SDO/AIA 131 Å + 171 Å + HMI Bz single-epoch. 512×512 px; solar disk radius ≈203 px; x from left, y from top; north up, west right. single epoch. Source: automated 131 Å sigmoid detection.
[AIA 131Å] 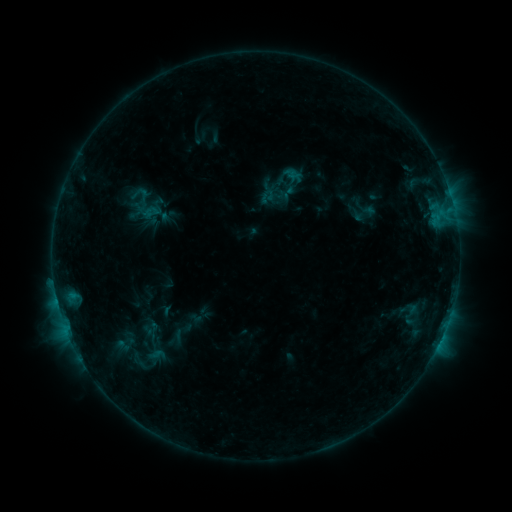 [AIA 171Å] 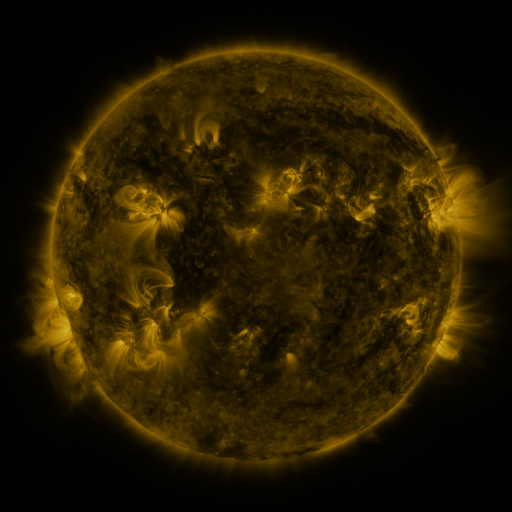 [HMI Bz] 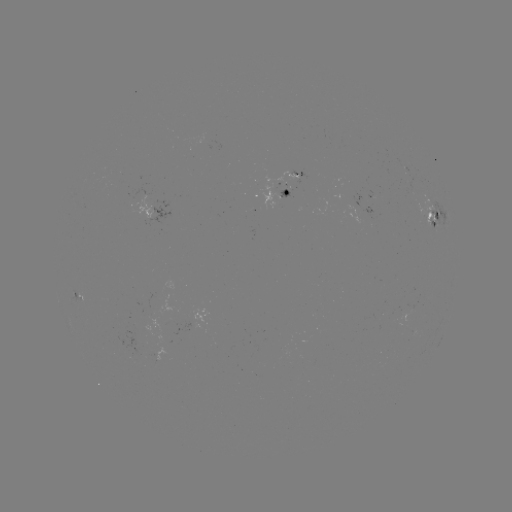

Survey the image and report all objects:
sigmoid: (143, 204)
